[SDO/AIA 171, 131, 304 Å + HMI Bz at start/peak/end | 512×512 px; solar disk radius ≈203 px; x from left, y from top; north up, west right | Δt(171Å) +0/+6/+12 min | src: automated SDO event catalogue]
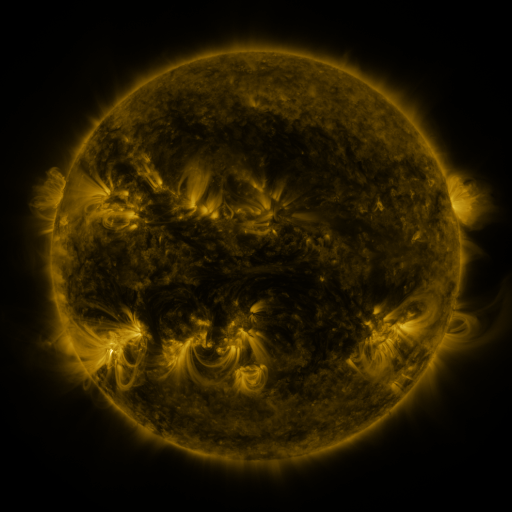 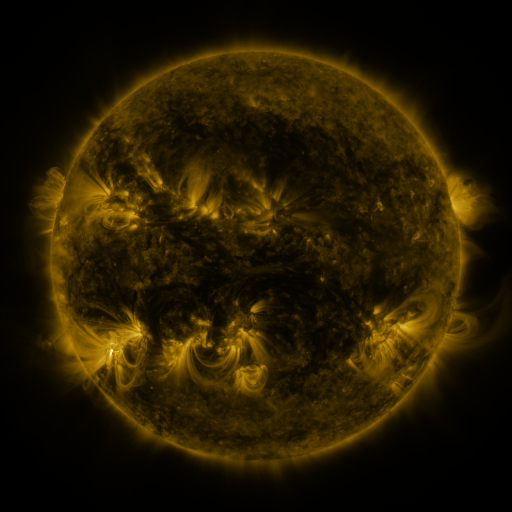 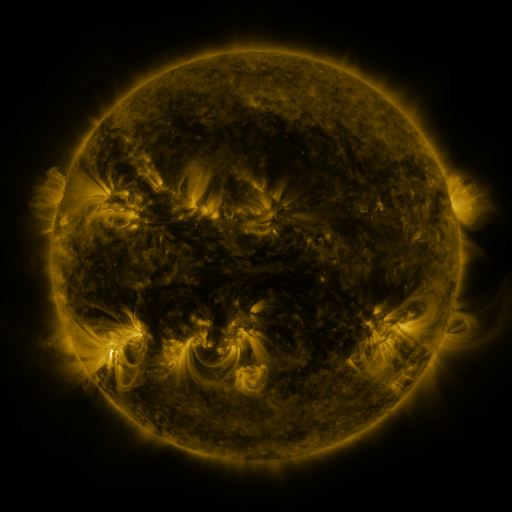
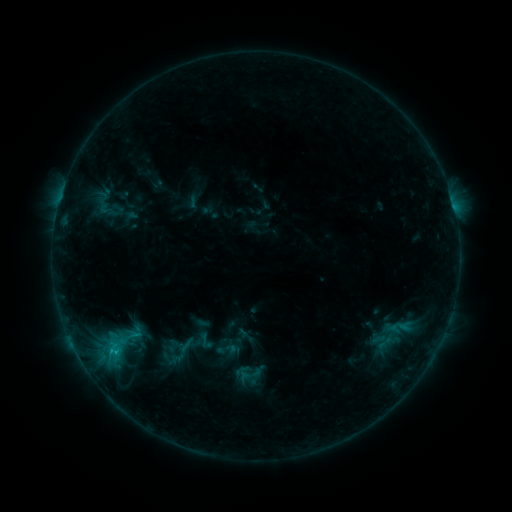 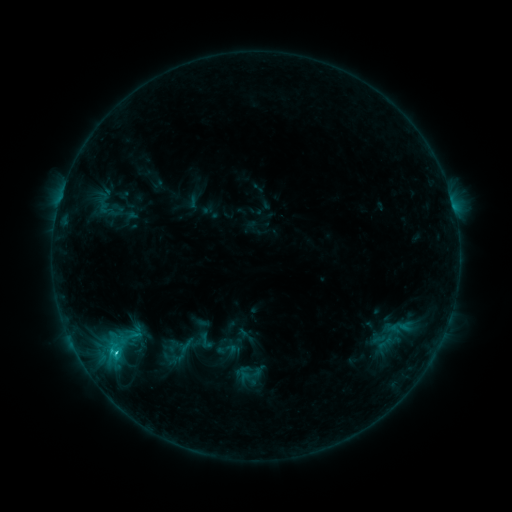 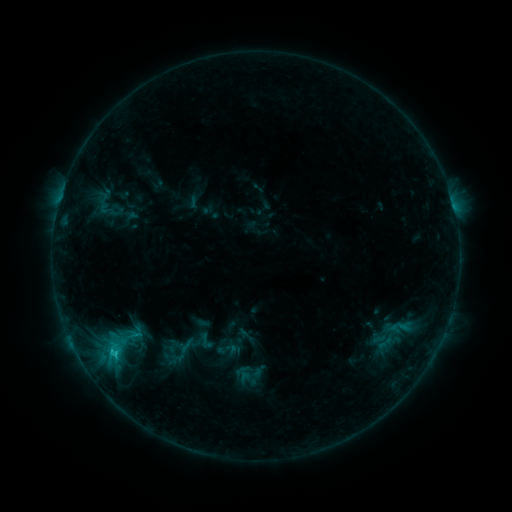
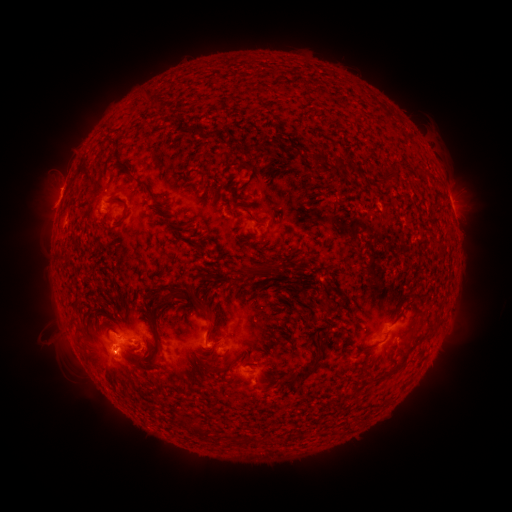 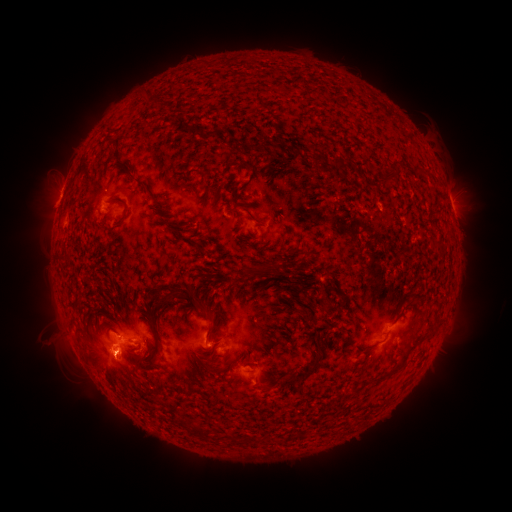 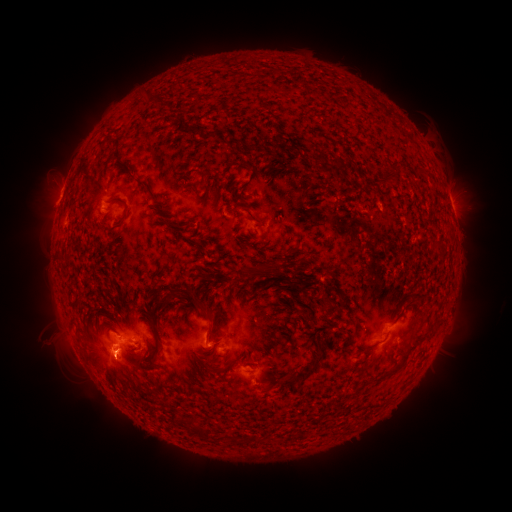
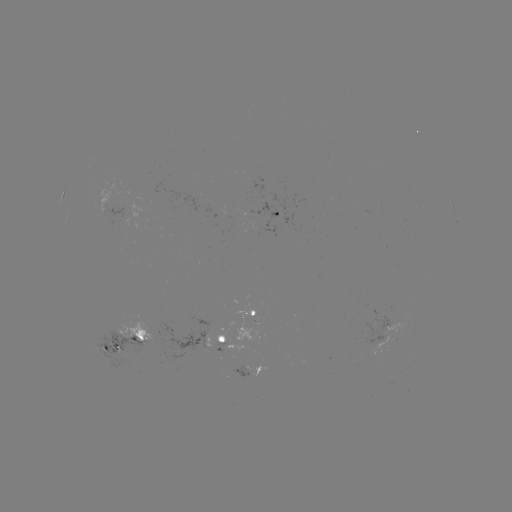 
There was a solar flare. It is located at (116, 353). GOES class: C1.4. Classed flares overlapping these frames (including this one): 1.